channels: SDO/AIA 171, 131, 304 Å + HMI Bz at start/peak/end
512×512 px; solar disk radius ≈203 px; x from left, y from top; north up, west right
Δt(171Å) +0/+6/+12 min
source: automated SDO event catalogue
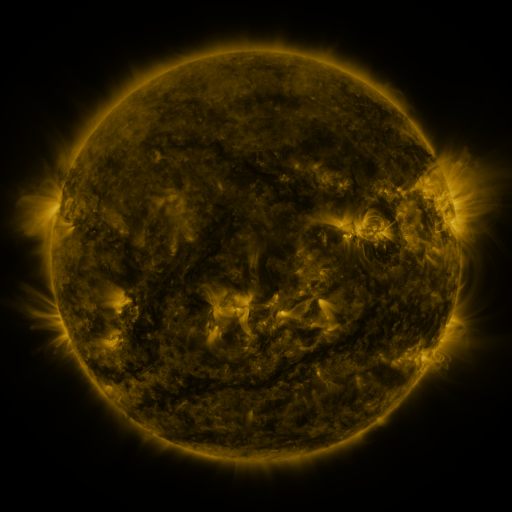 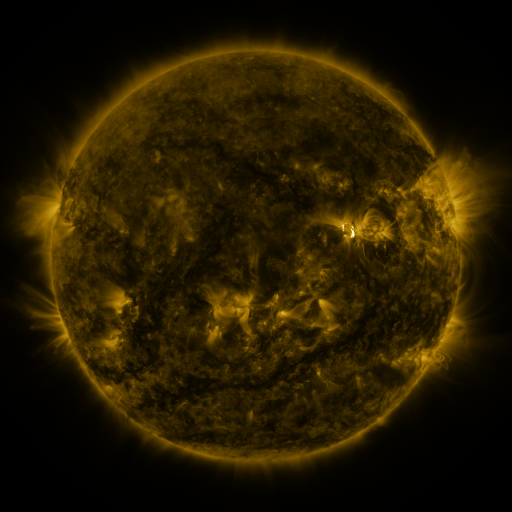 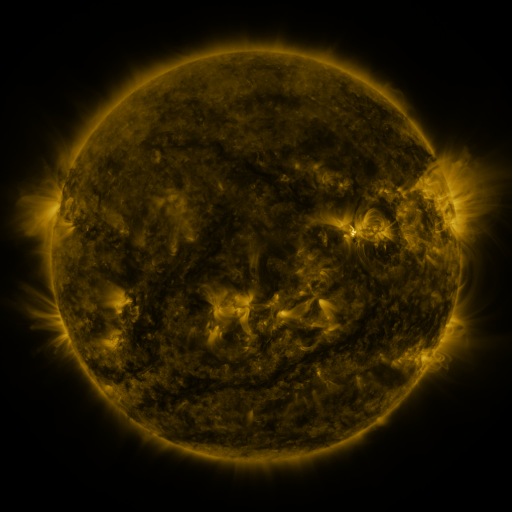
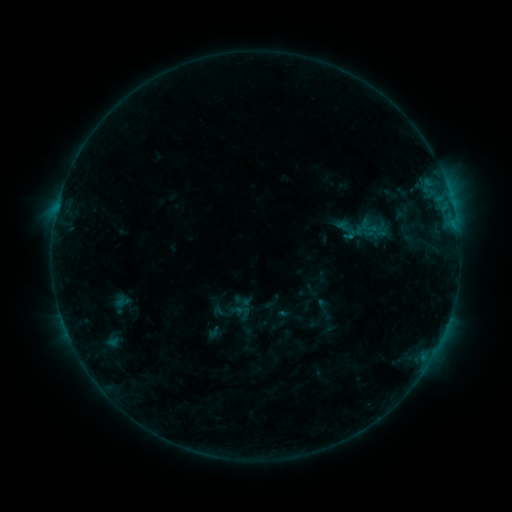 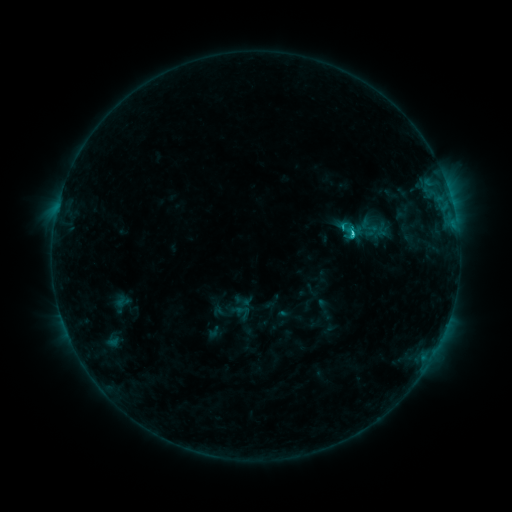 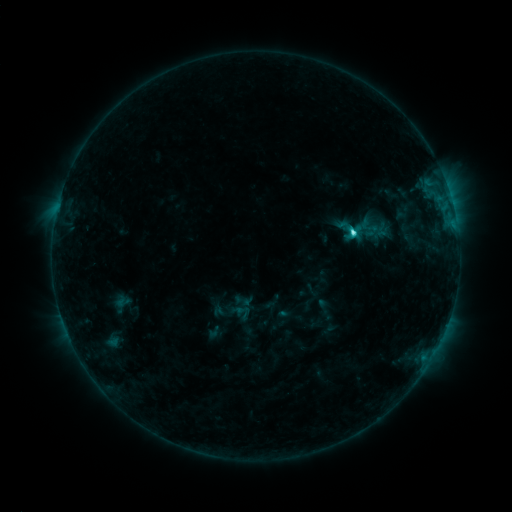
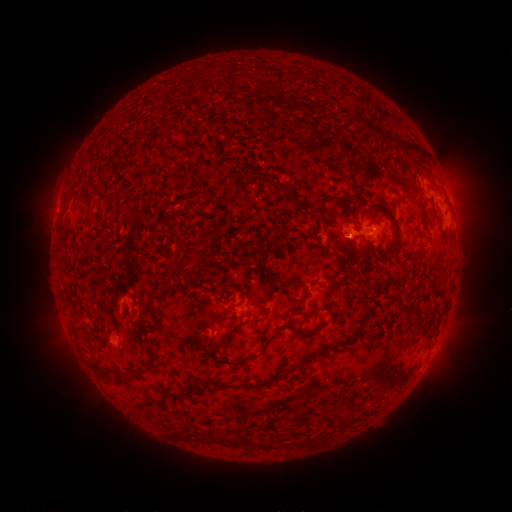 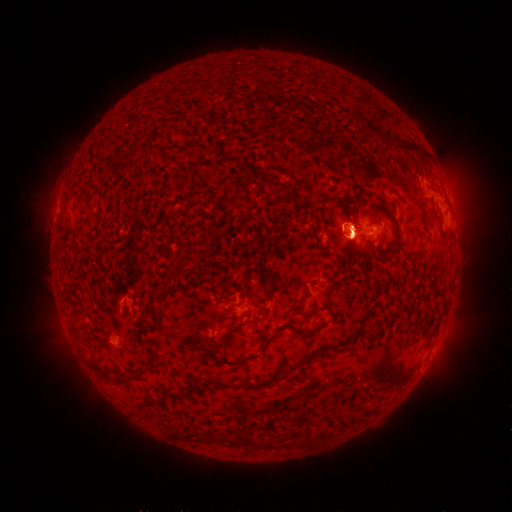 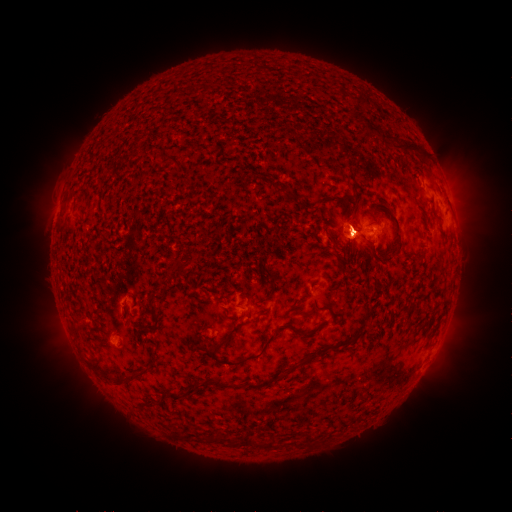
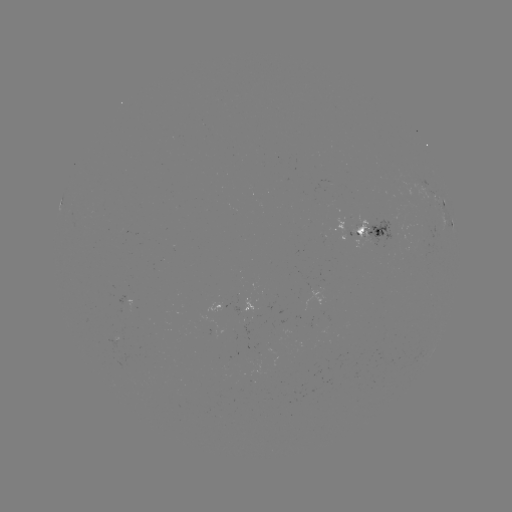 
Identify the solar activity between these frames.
C3.3 flare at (351, 236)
